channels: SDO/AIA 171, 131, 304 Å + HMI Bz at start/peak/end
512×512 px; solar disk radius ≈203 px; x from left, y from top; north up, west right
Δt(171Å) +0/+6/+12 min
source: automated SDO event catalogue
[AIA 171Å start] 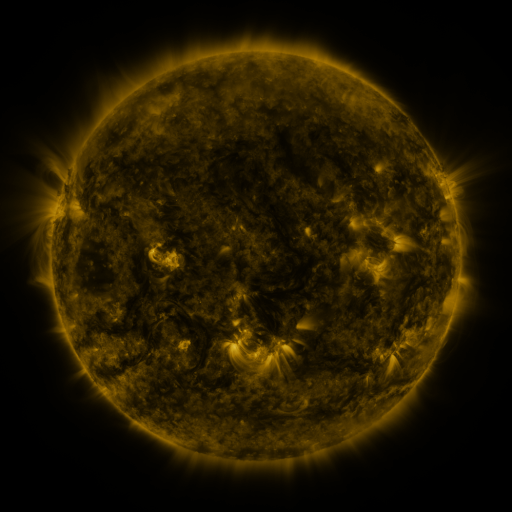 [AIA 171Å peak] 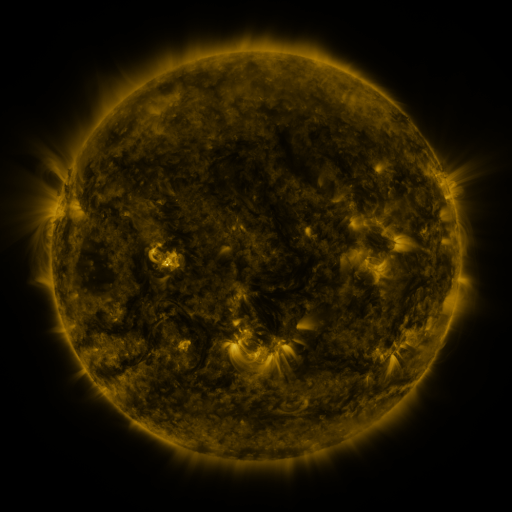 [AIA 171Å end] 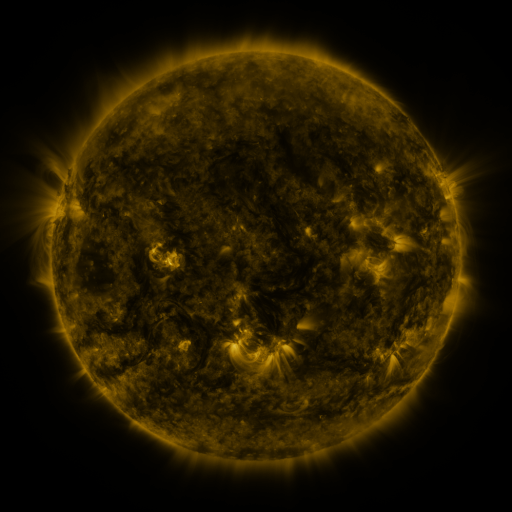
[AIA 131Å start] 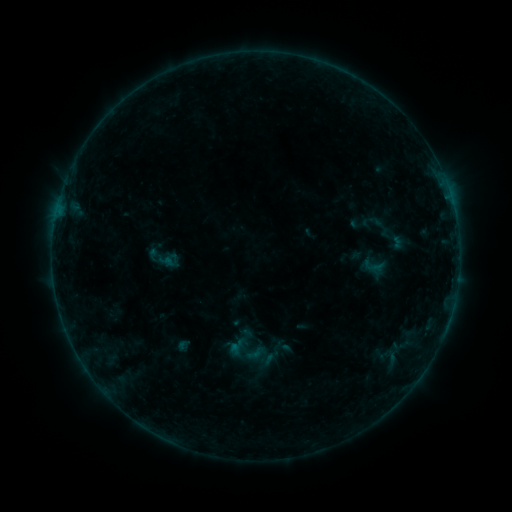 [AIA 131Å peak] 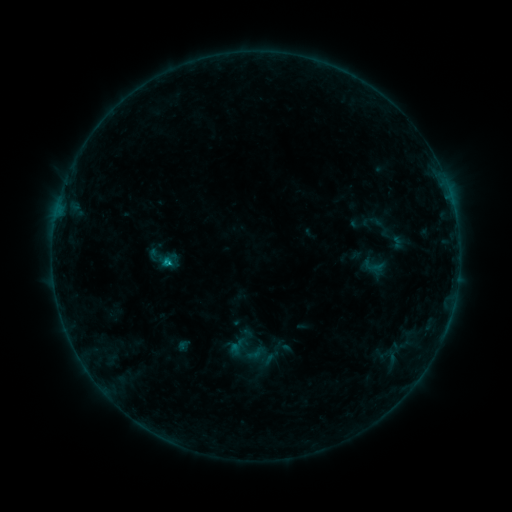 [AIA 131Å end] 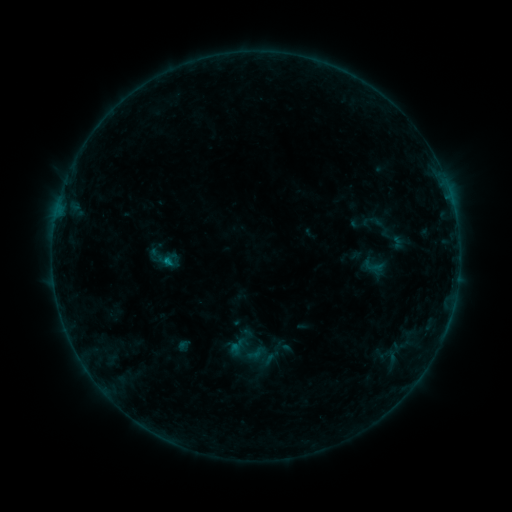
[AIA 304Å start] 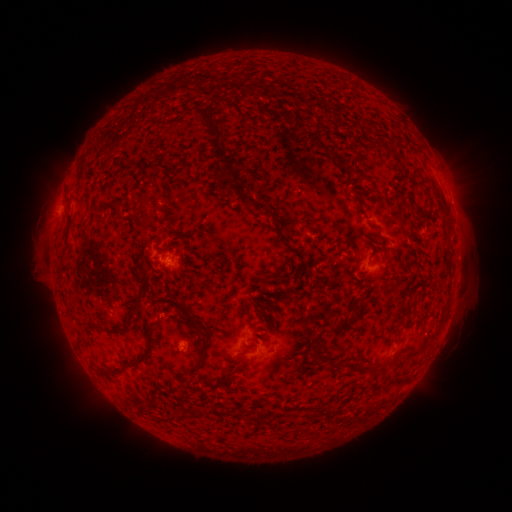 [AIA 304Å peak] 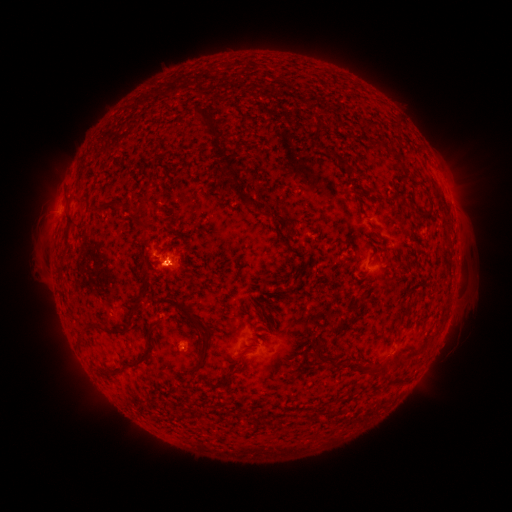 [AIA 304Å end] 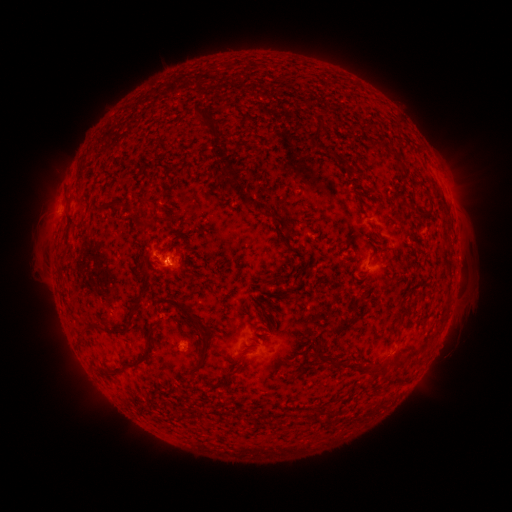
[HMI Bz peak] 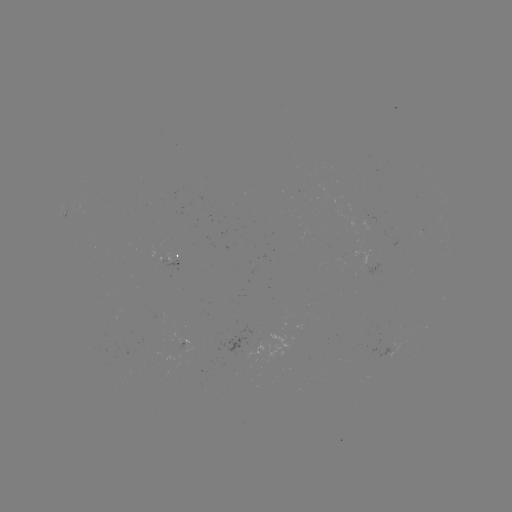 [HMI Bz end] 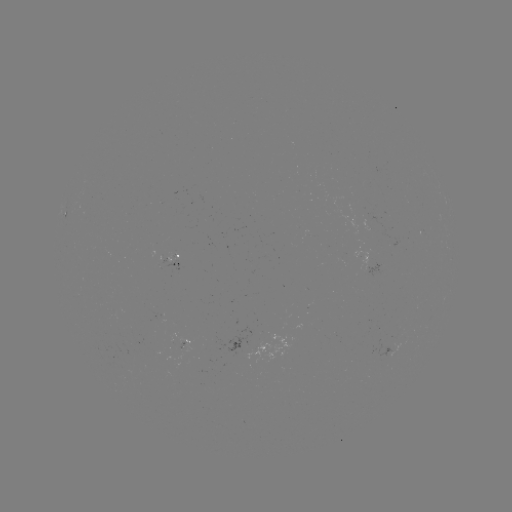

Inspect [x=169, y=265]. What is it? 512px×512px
B4.4 flare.